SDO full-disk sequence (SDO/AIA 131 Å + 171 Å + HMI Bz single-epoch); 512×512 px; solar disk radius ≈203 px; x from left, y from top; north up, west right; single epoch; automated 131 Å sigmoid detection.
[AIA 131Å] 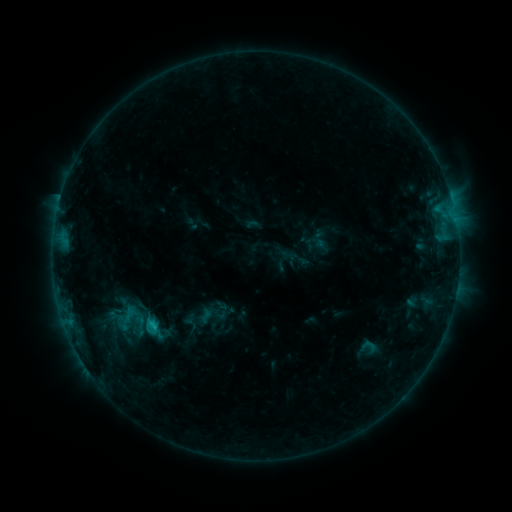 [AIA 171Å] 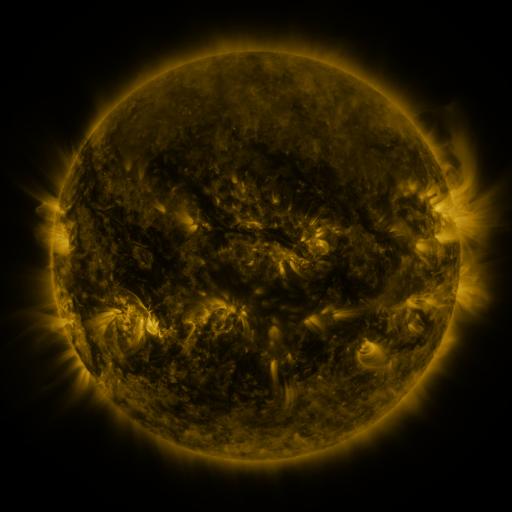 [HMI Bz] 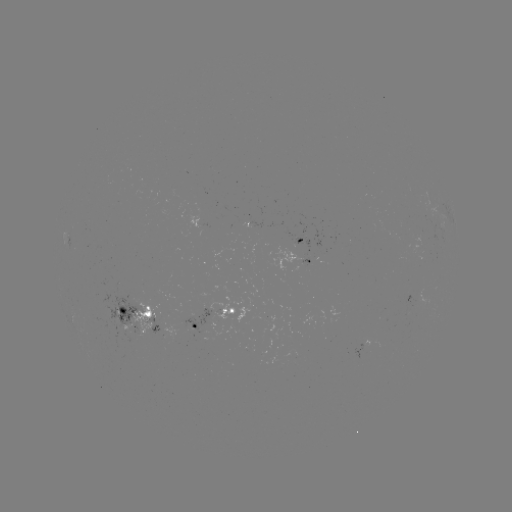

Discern sigmoid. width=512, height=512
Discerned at (126, 320).